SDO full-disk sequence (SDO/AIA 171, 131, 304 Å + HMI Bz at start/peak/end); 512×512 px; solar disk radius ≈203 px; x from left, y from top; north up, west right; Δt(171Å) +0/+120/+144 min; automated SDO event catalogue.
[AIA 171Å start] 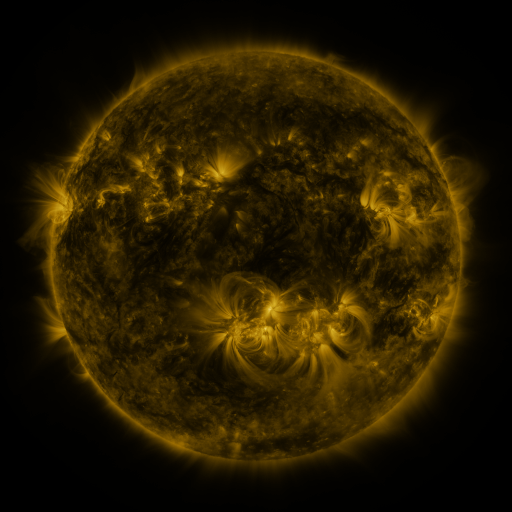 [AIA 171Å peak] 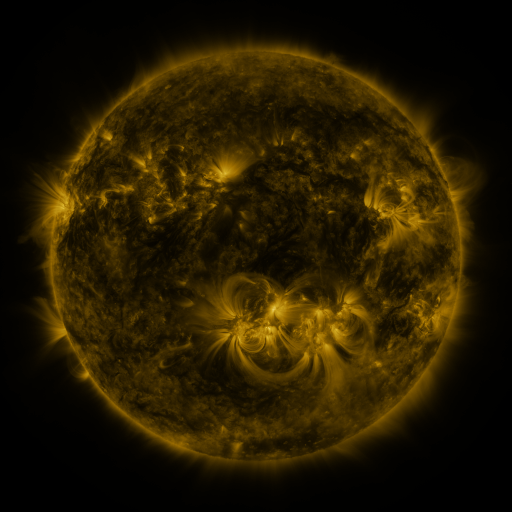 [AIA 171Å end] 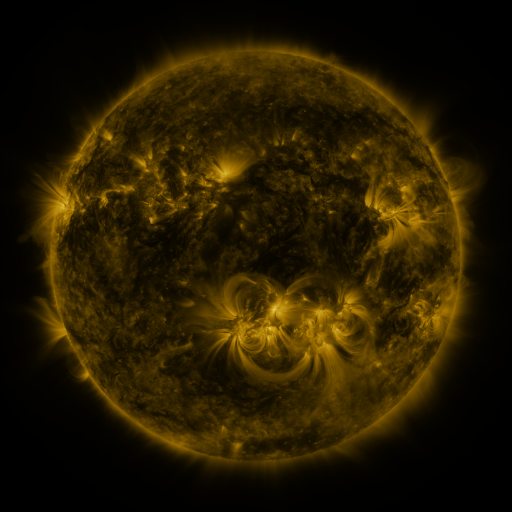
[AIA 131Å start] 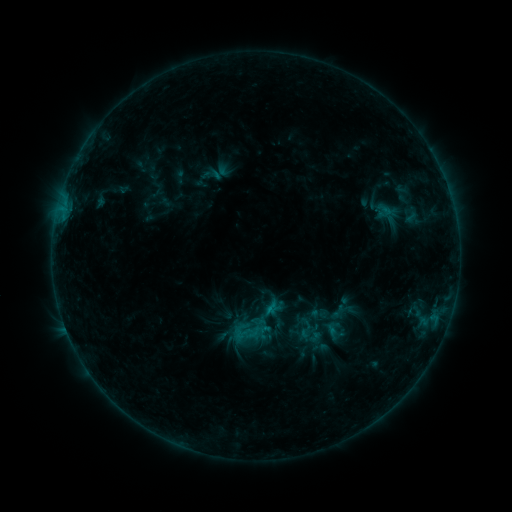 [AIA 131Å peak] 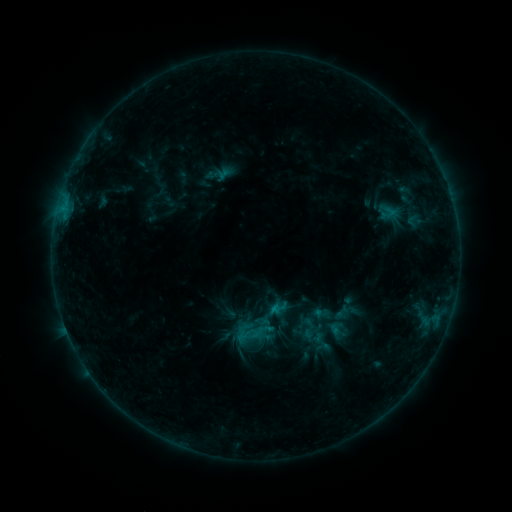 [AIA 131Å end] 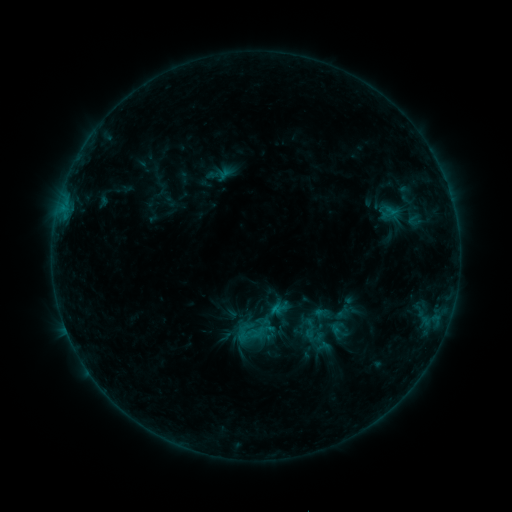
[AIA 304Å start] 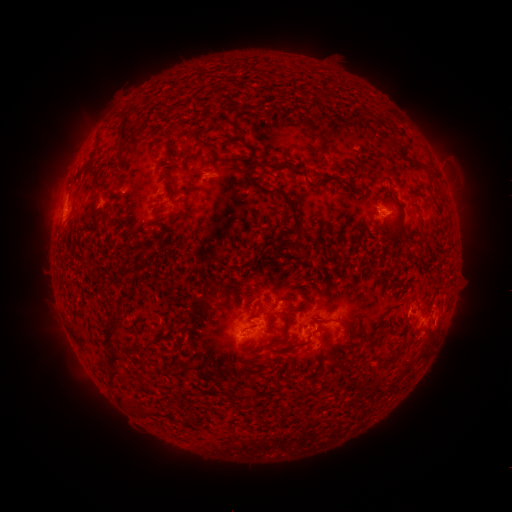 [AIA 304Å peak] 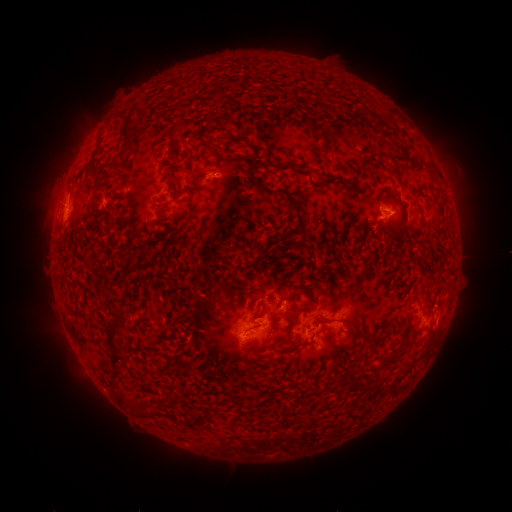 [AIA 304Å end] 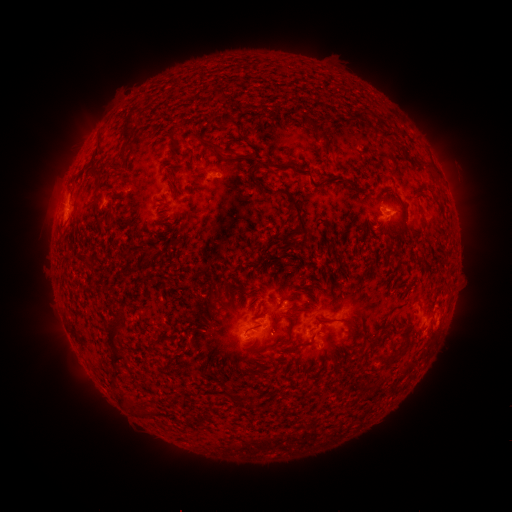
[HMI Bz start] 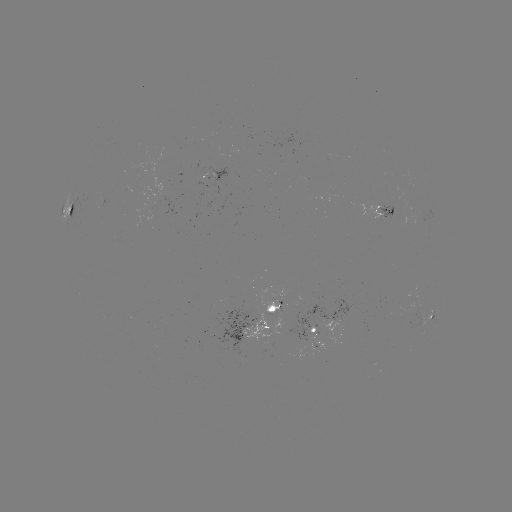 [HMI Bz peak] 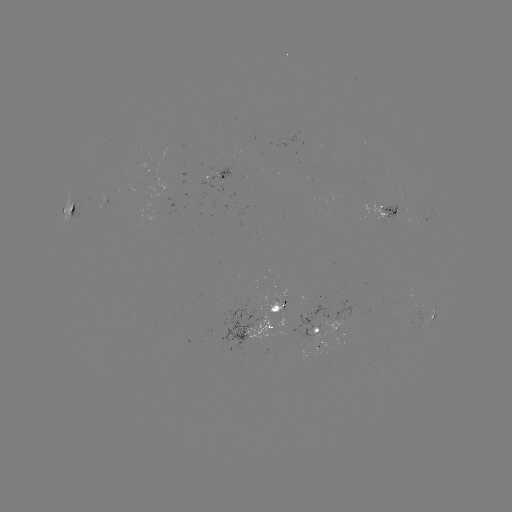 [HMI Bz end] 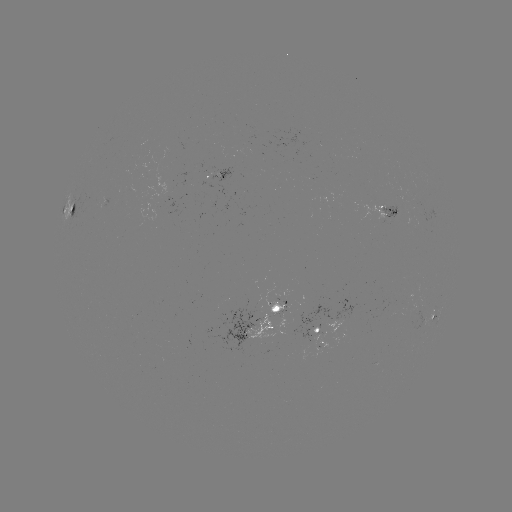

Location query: emerging-flux region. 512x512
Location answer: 399,202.